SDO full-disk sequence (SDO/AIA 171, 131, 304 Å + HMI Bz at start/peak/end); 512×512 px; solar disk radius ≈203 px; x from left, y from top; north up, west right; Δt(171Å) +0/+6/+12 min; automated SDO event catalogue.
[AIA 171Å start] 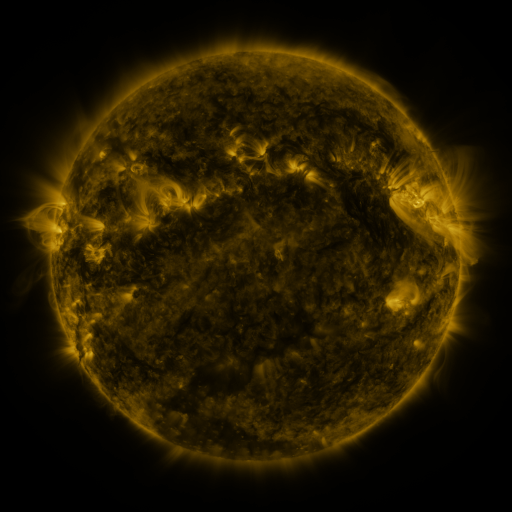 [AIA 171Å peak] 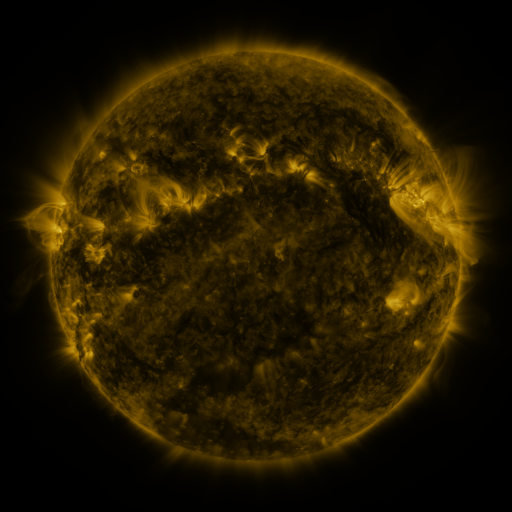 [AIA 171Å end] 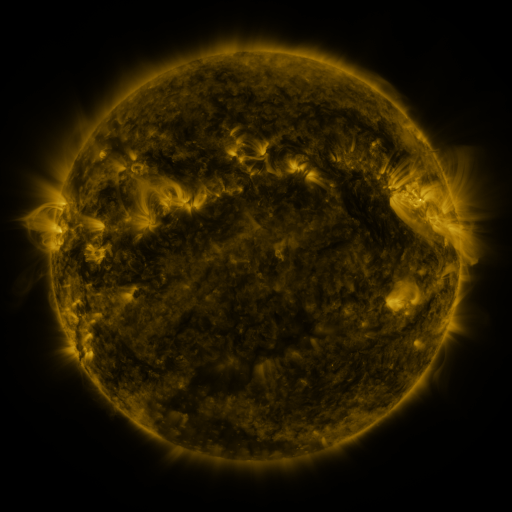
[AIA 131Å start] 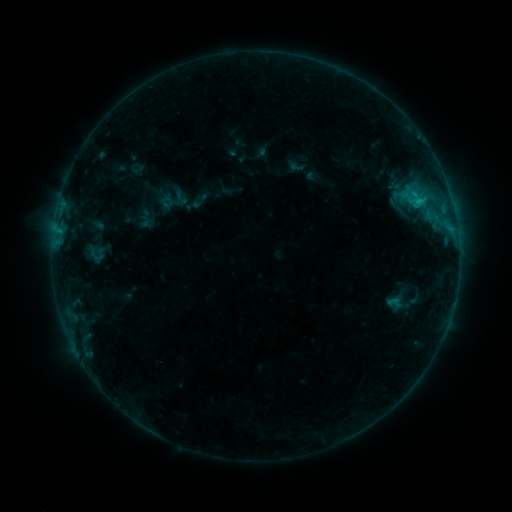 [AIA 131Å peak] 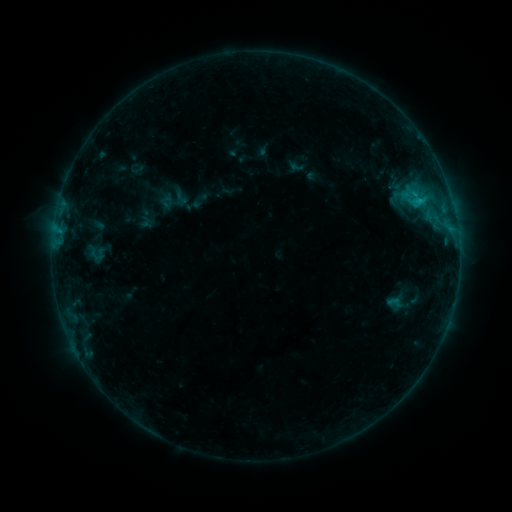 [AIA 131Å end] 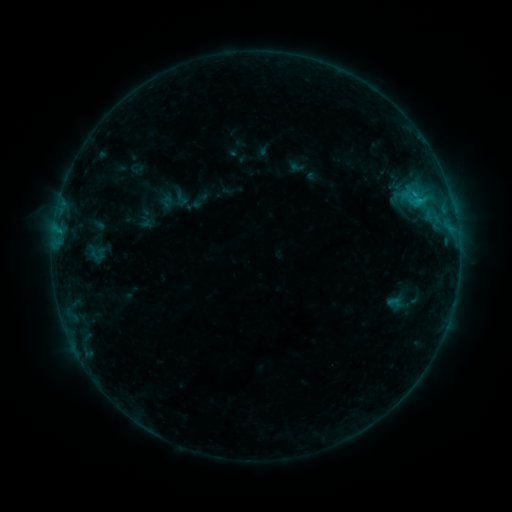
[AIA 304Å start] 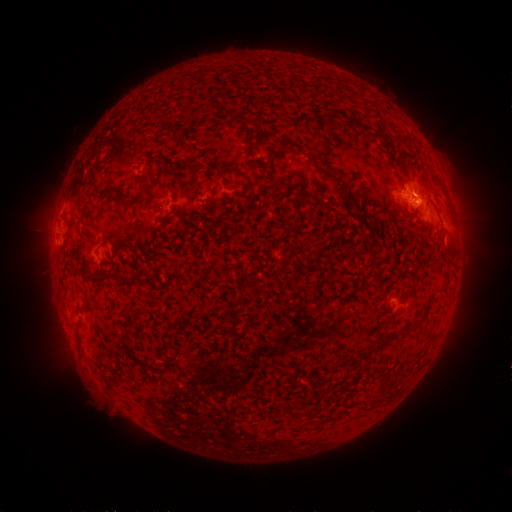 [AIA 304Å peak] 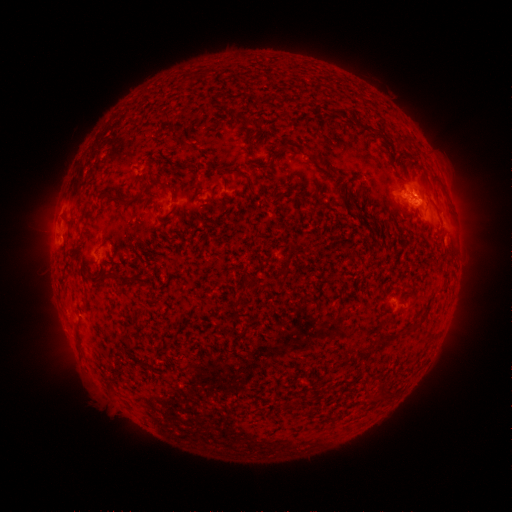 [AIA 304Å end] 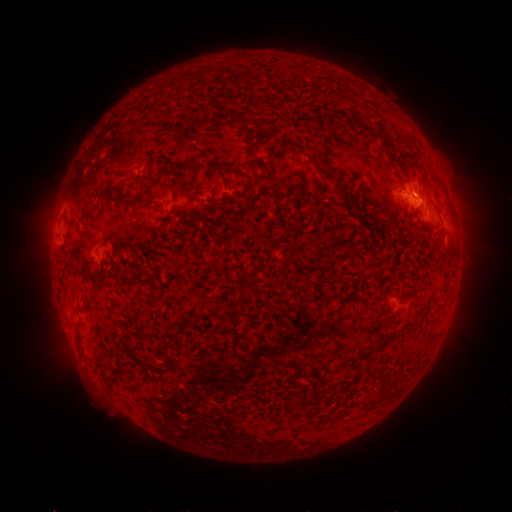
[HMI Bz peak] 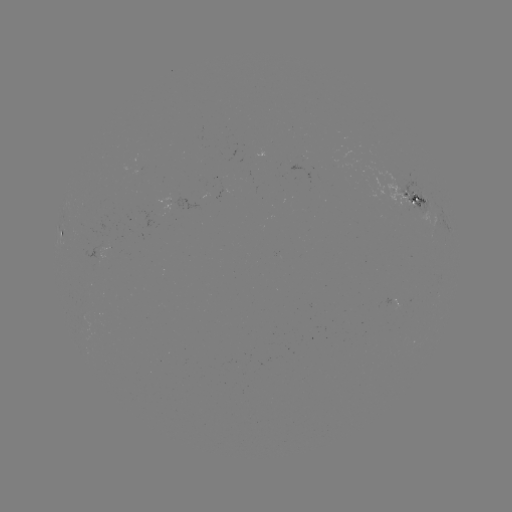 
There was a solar flare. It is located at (414, 206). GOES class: B6.4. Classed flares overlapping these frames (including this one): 1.